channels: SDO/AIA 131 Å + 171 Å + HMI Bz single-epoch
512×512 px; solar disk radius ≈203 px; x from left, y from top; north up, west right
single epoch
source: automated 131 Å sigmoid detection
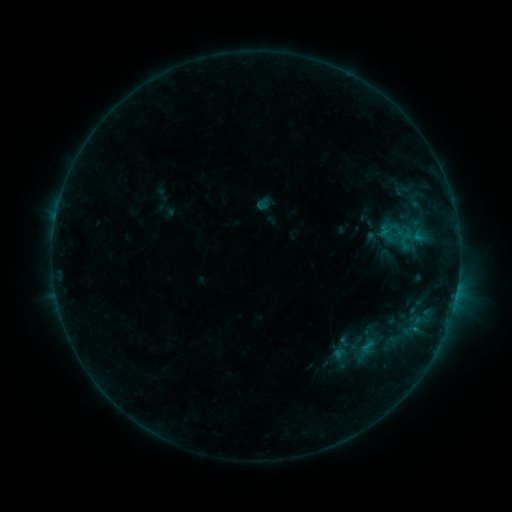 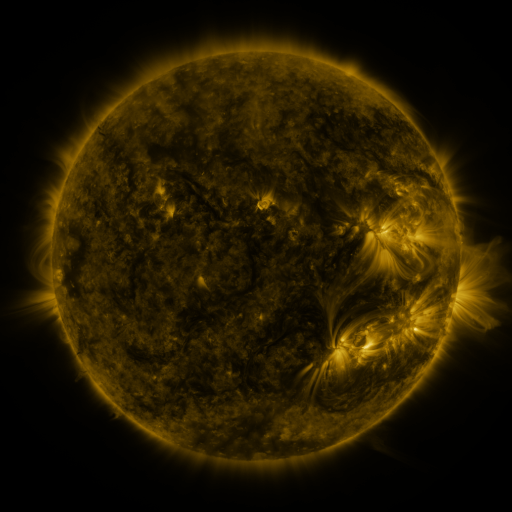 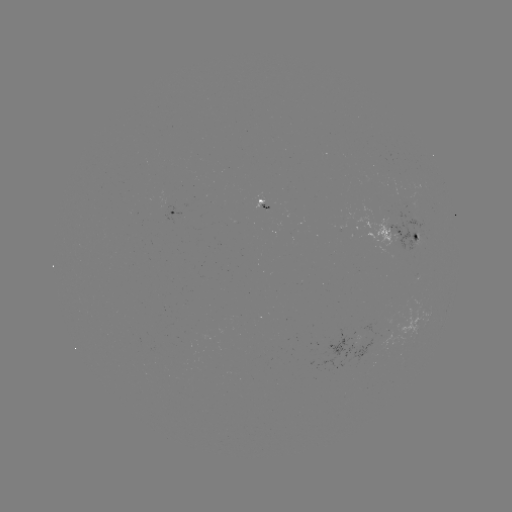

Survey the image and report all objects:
sigmoid: <bbox>389, 181, 415, 199</bbox>
sigmoid: <bbox>376, 227, 396, 243</bbox>
